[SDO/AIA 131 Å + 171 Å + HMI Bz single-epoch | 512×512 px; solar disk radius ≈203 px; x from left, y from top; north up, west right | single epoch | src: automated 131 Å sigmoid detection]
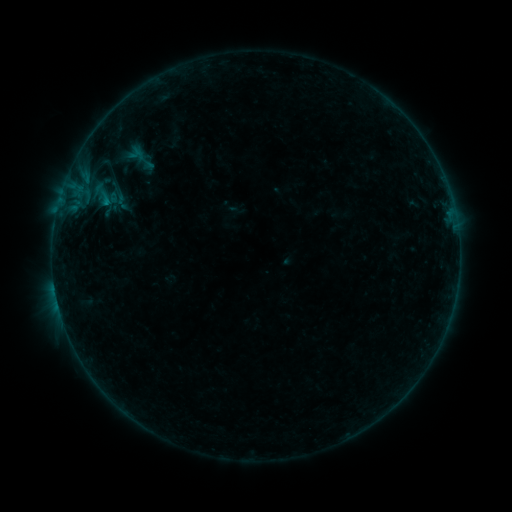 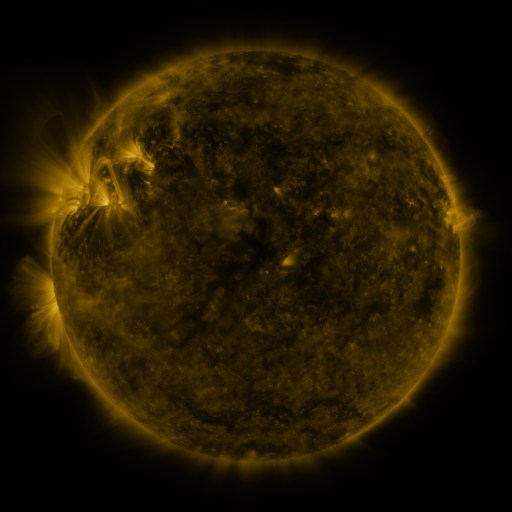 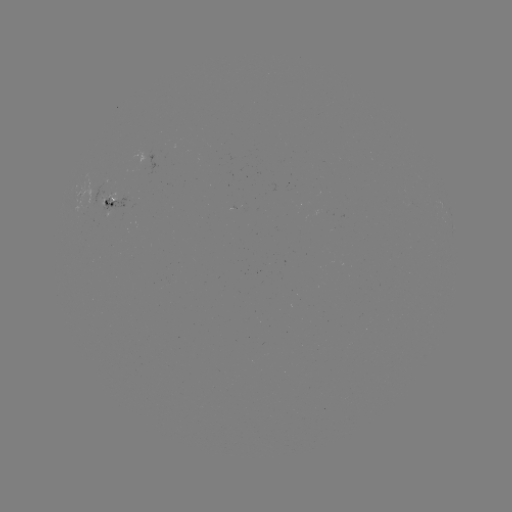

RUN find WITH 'sigmoid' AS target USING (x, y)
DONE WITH (104, 198) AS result